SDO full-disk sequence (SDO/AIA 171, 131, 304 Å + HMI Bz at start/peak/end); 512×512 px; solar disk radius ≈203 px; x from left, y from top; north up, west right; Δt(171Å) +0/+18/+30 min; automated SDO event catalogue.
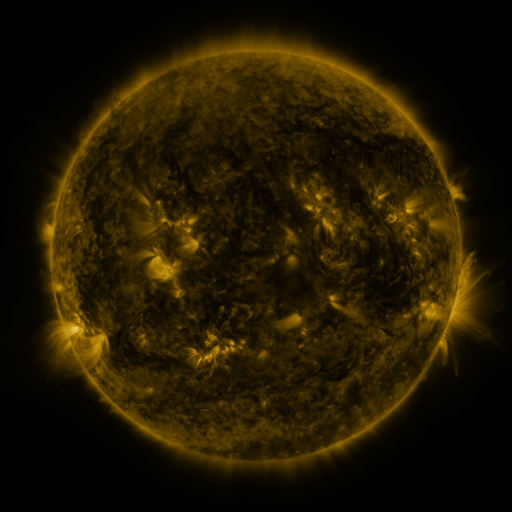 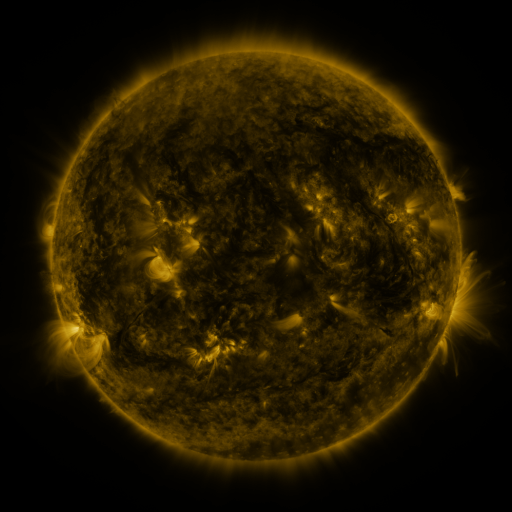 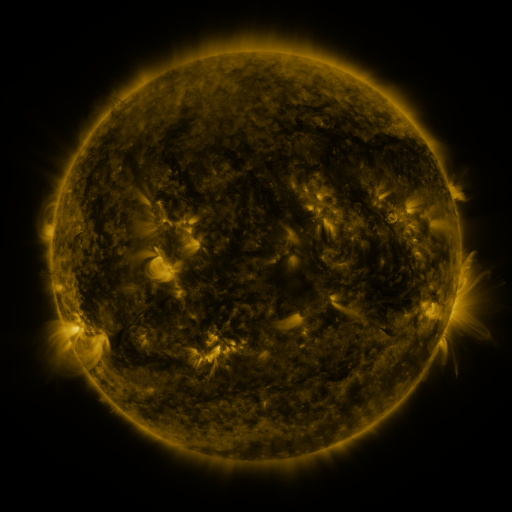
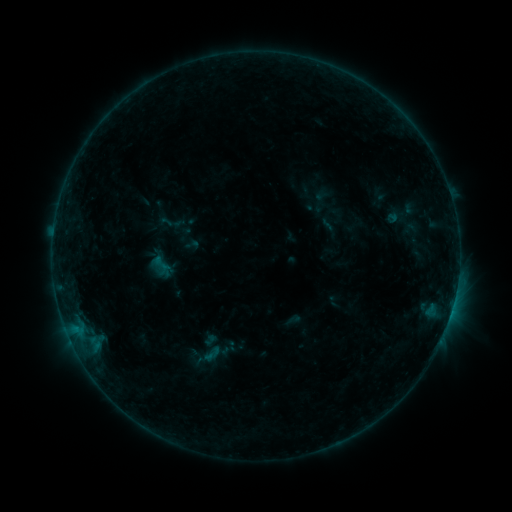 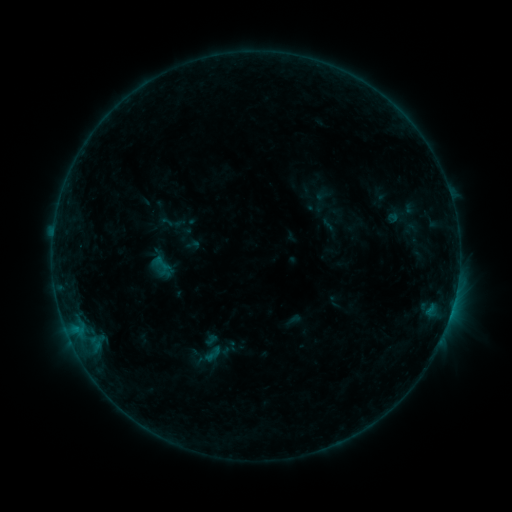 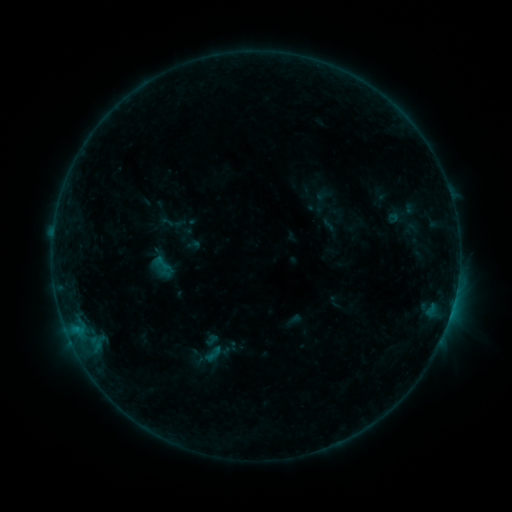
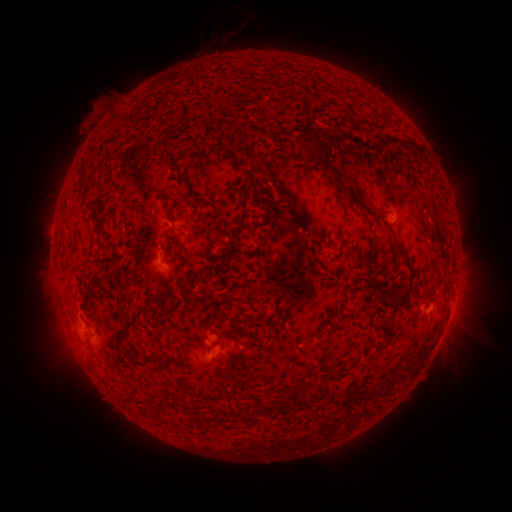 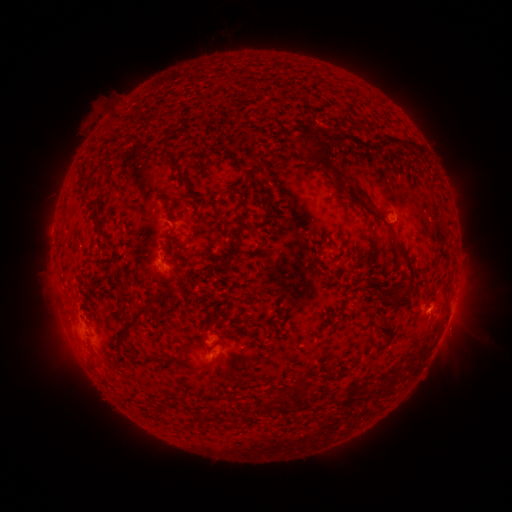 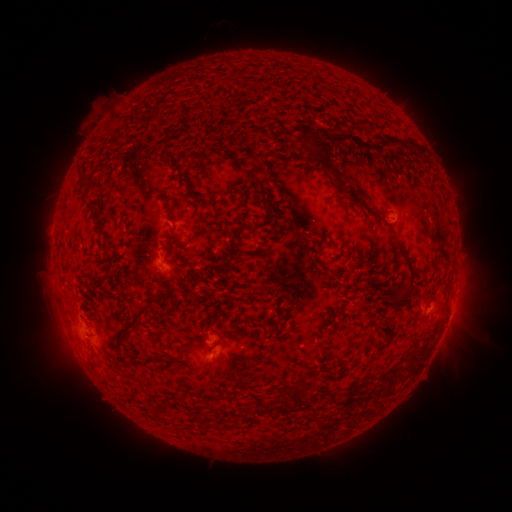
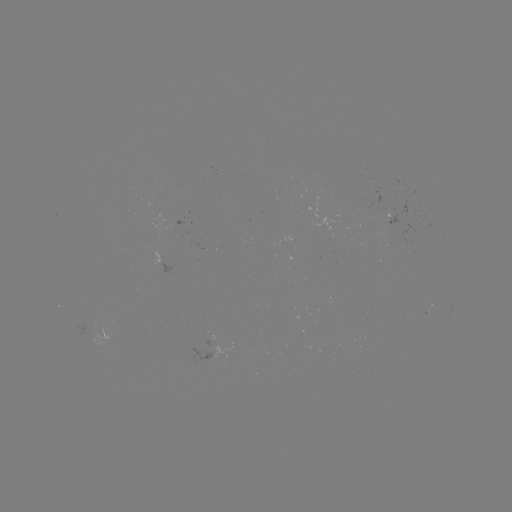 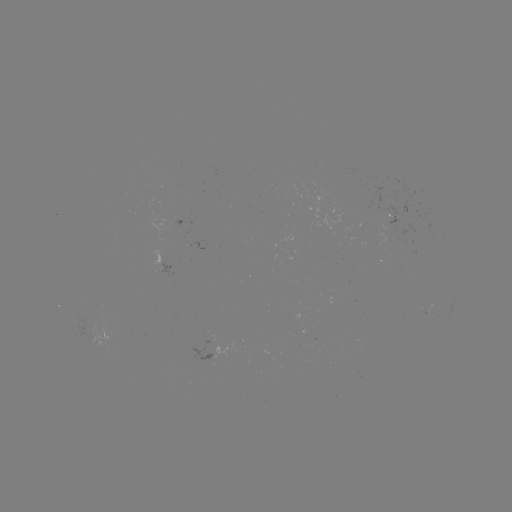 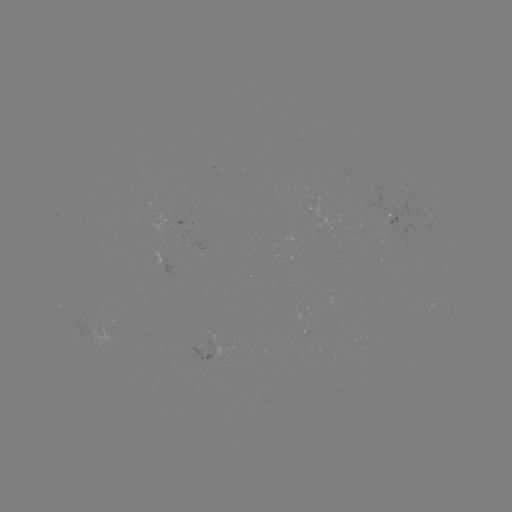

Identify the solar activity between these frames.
no catalogued flare and no flagged EUV brightening in this window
